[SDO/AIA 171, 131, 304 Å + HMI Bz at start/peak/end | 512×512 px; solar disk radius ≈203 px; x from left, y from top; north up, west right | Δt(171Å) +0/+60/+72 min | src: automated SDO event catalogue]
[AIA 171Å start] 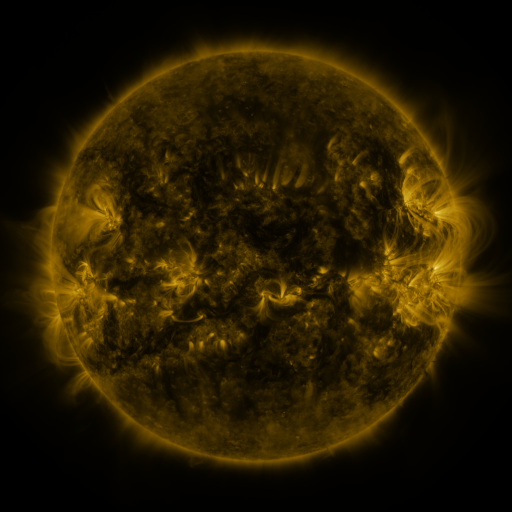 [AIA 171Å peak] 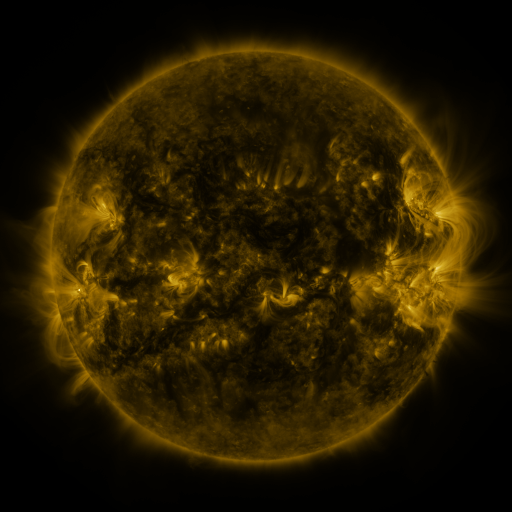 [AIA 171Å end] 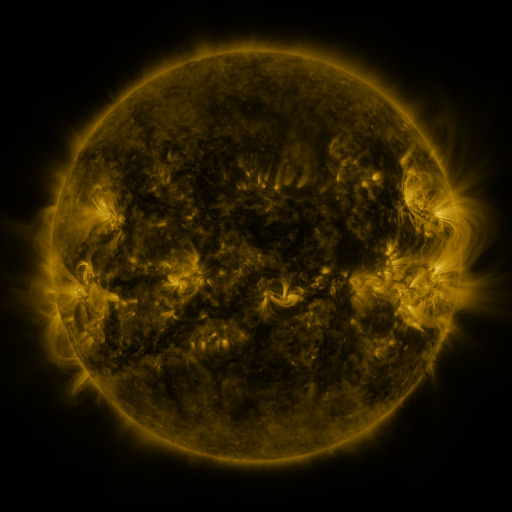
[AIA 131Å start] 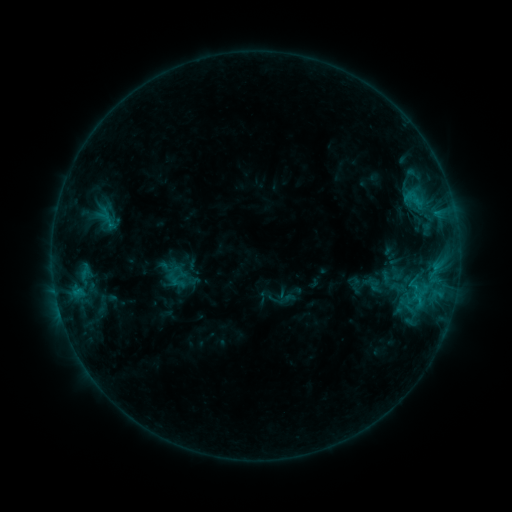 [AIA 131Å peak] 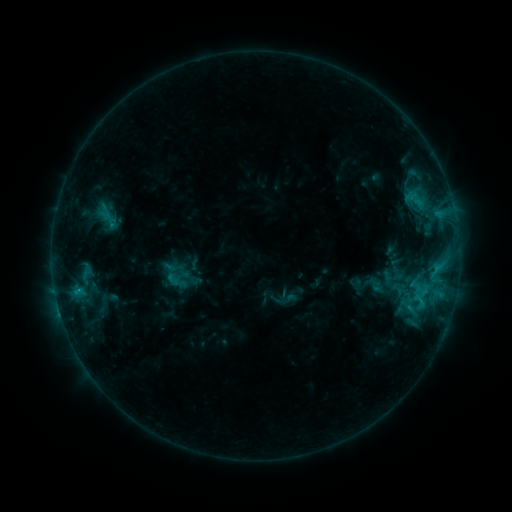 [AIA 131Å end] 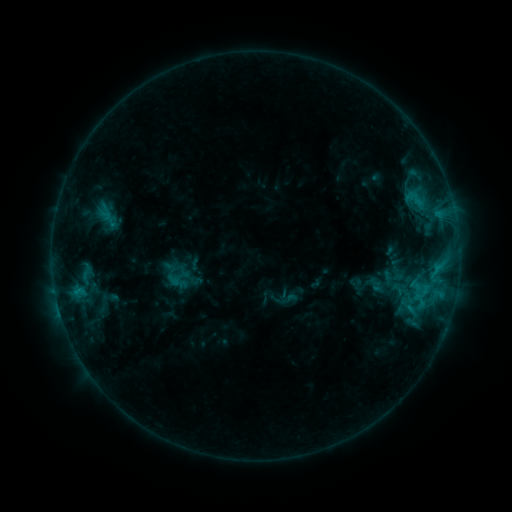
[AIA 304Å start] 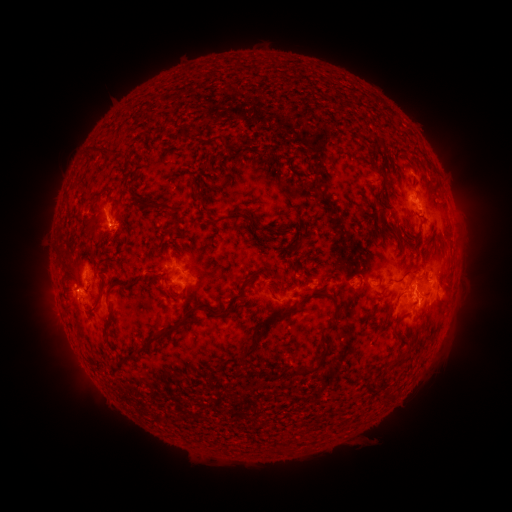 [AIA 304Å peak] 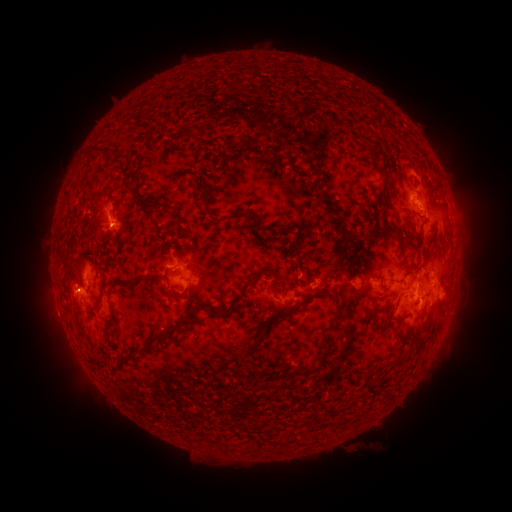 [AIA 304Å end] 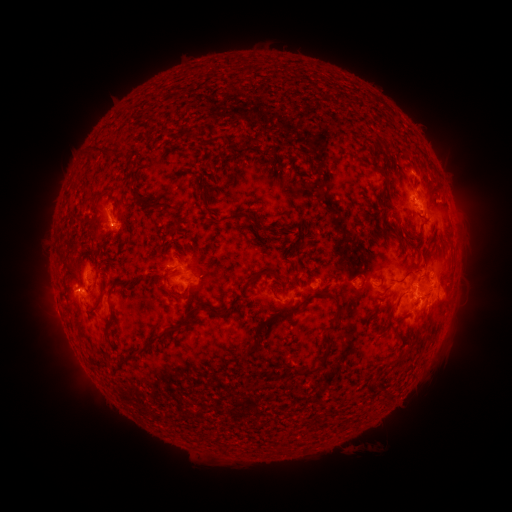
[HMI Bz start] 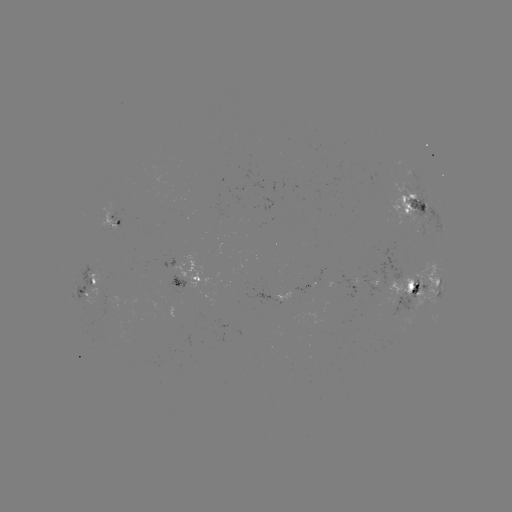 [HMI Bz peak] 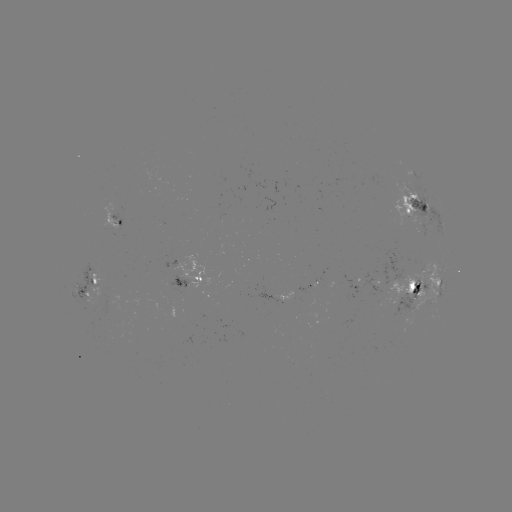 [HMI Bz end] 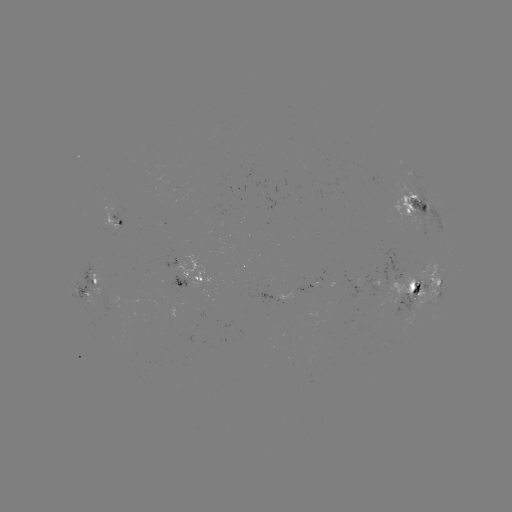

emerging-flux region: <bbox>73, 265, 104, 305</bbox>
